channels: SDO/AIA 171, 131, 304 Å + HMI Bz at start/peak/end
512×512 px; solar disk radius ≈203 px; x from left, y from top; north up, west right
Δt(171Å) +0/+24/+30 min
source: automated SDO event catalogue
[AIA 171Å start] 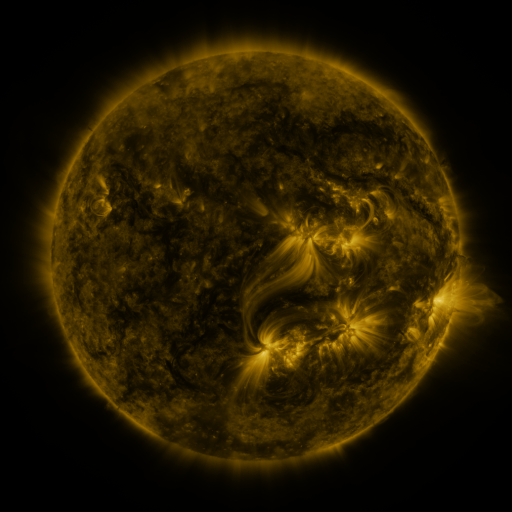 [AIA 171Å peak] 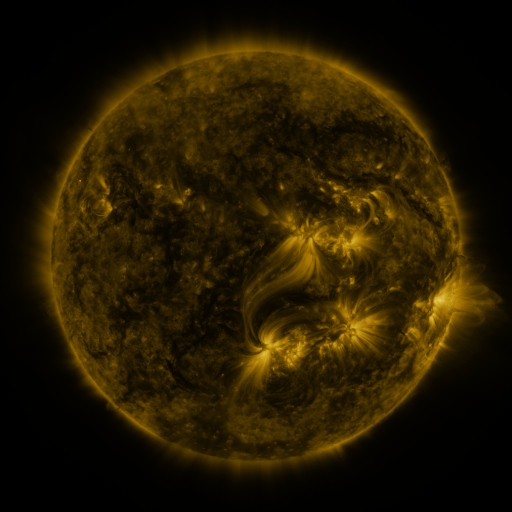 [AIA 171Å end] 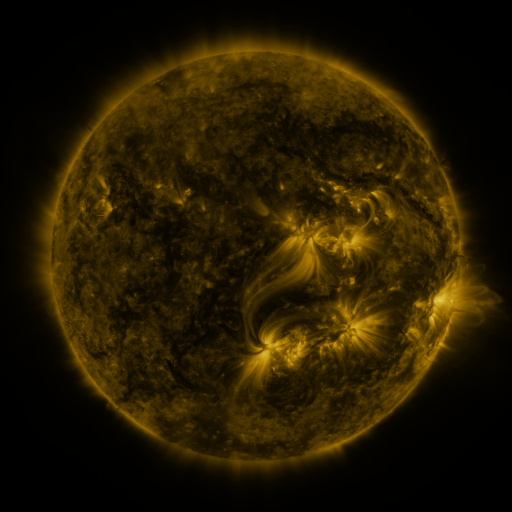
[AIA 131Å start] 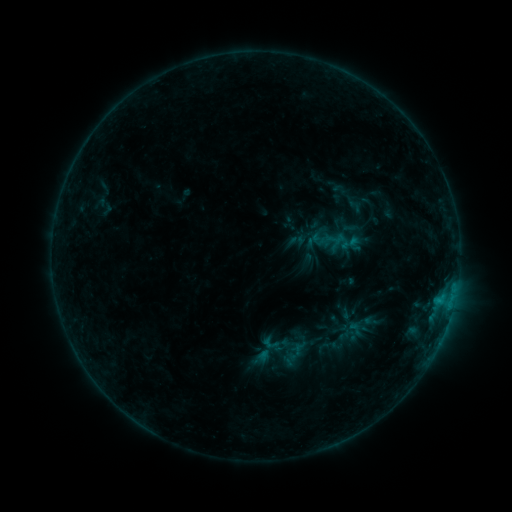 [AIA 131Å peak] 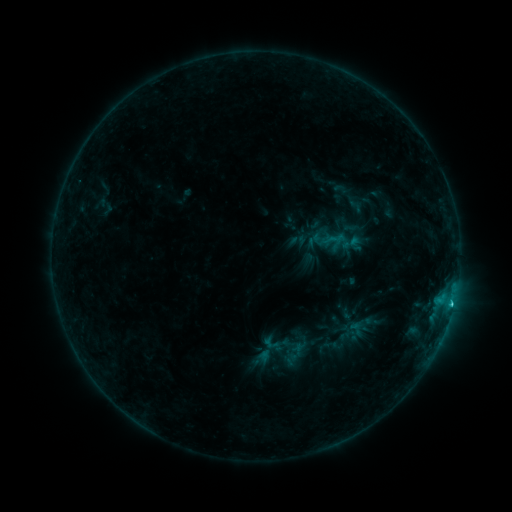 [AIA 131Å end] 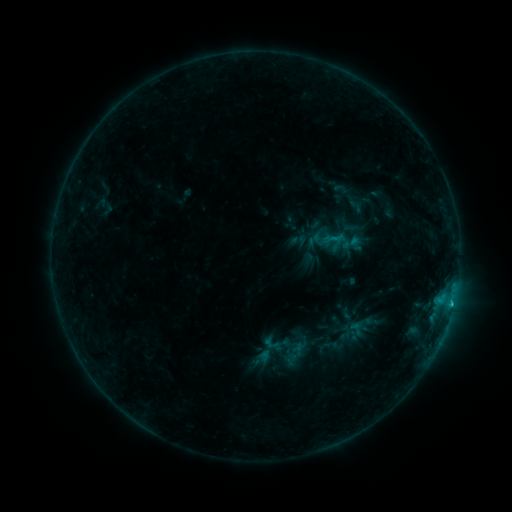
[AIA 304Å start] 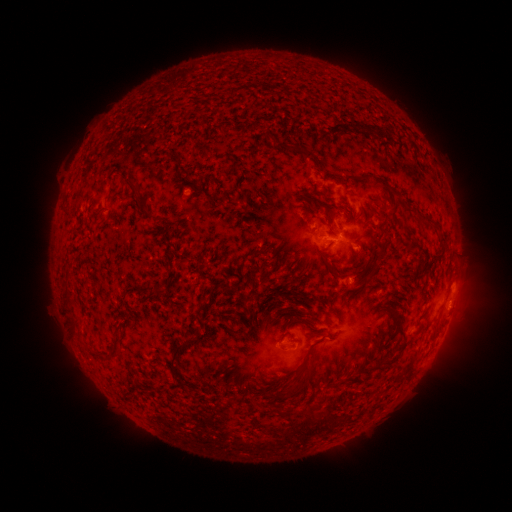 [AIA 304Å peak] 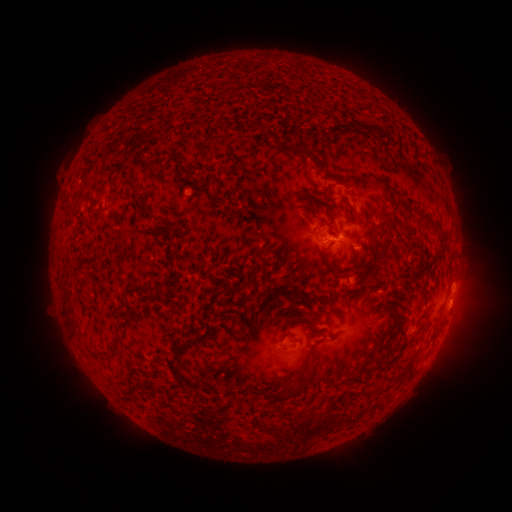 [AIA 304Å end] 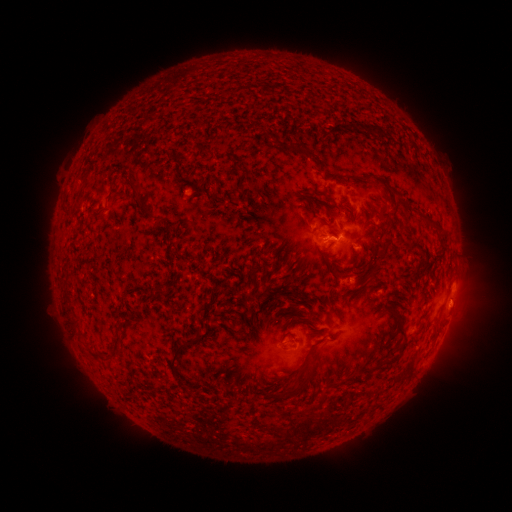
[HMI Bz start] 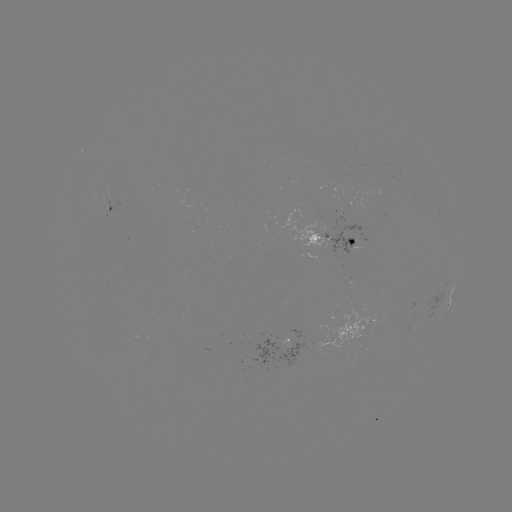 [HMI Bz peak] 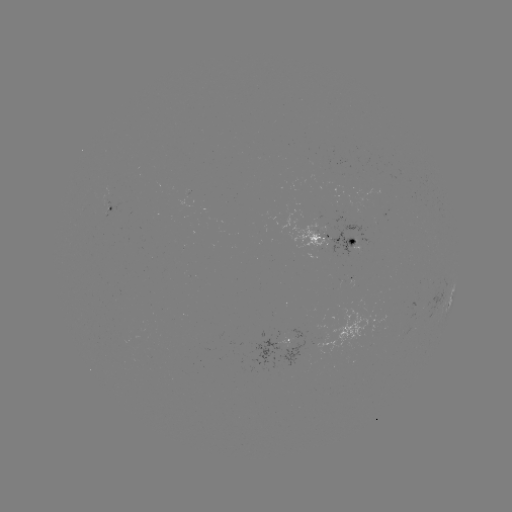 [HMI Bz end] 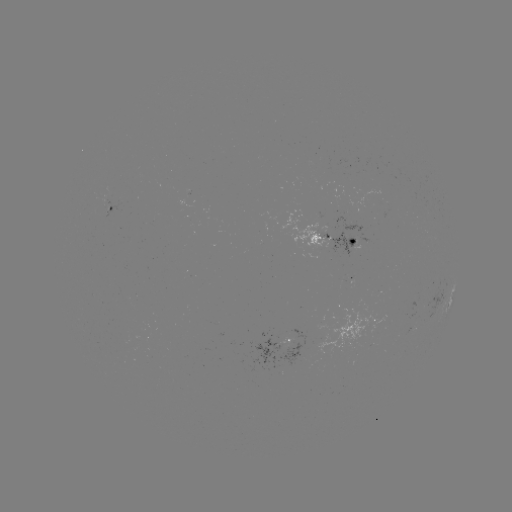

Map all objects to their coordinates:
B9.2 flare: (451, 301)
